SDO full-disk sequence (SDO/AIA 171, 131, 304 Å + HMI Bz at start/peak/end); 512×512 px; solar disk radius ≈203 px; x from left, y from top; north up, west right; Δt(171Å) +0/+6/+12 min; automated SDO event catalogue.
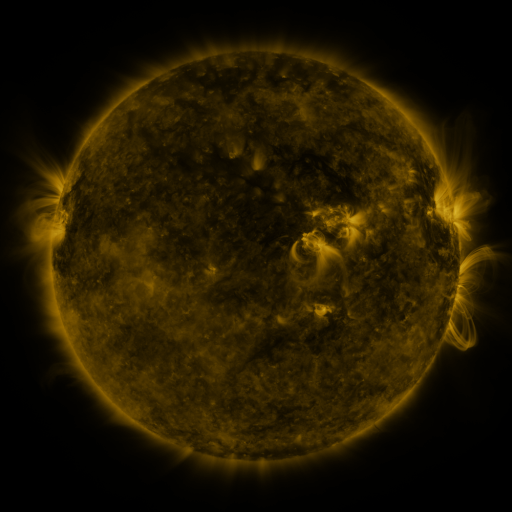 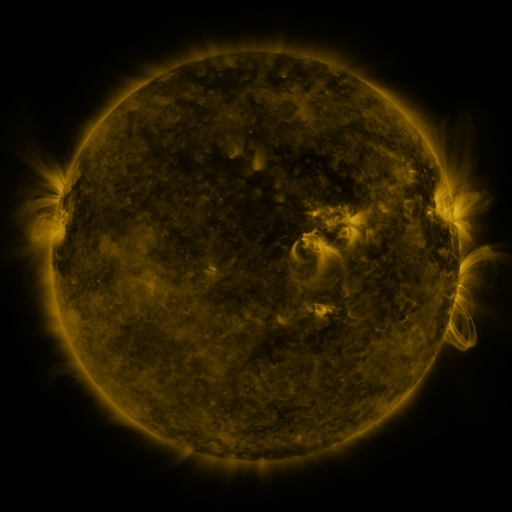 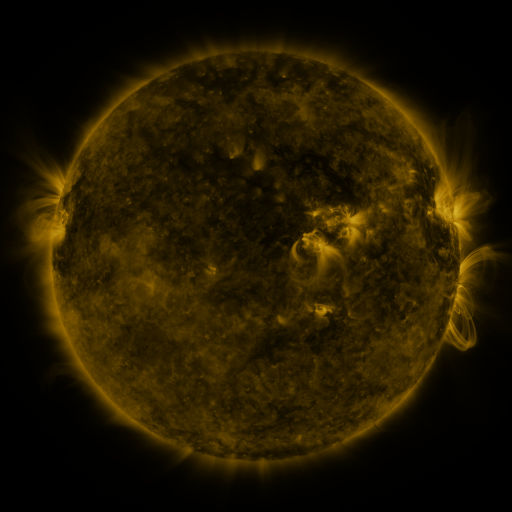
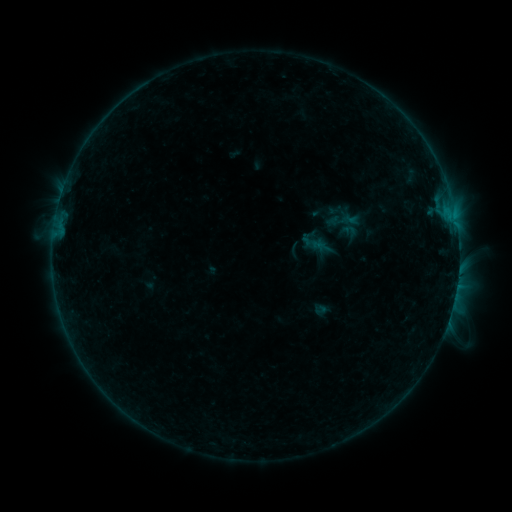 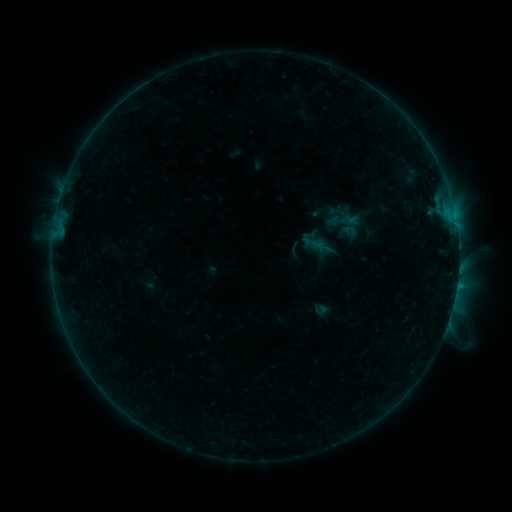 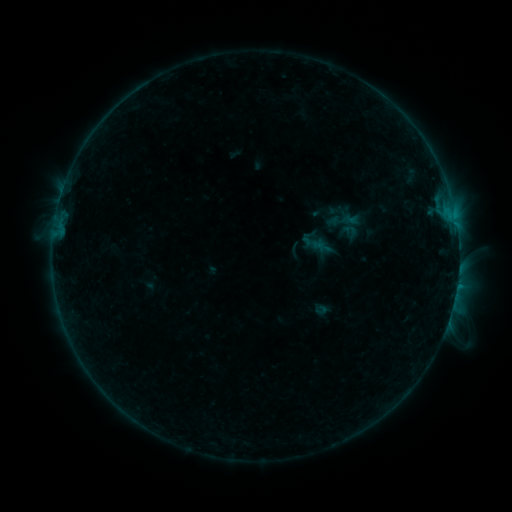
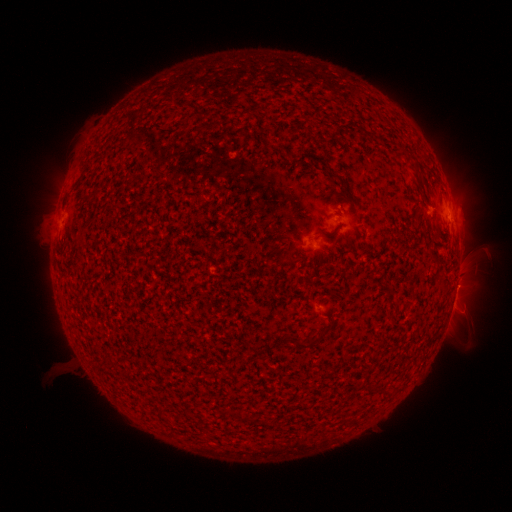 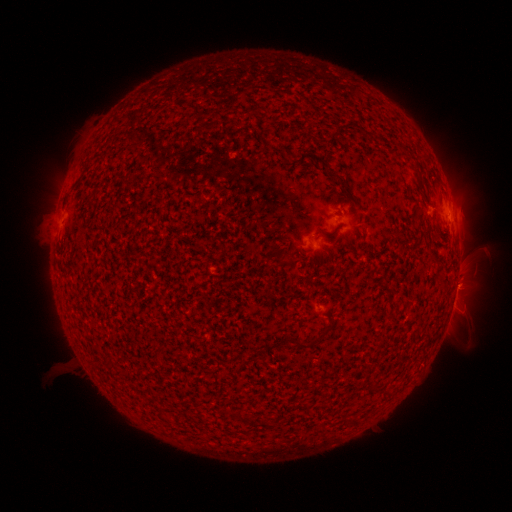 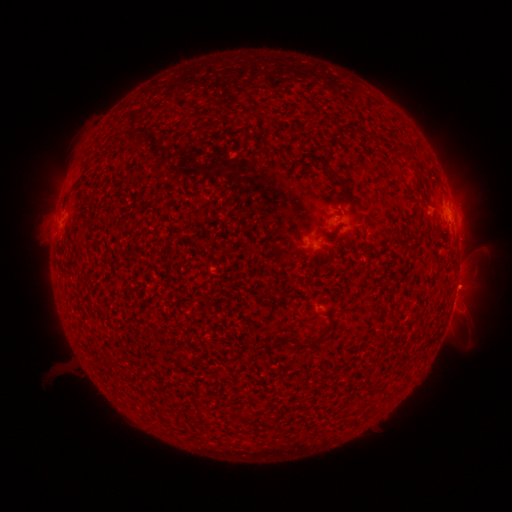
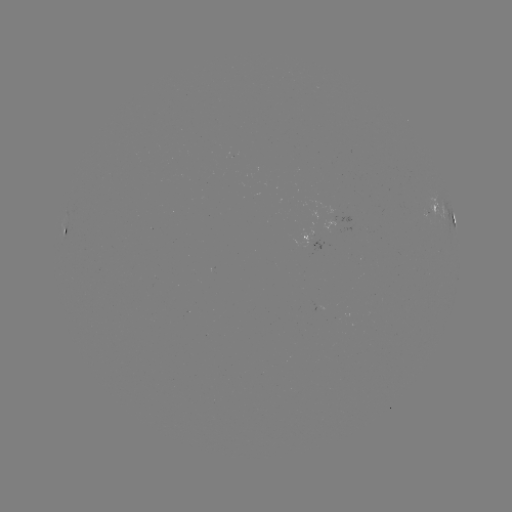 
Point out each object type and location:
C1.0 flare: (457, 284)
